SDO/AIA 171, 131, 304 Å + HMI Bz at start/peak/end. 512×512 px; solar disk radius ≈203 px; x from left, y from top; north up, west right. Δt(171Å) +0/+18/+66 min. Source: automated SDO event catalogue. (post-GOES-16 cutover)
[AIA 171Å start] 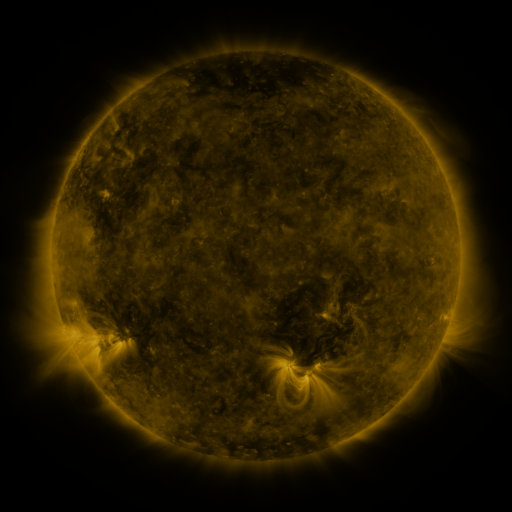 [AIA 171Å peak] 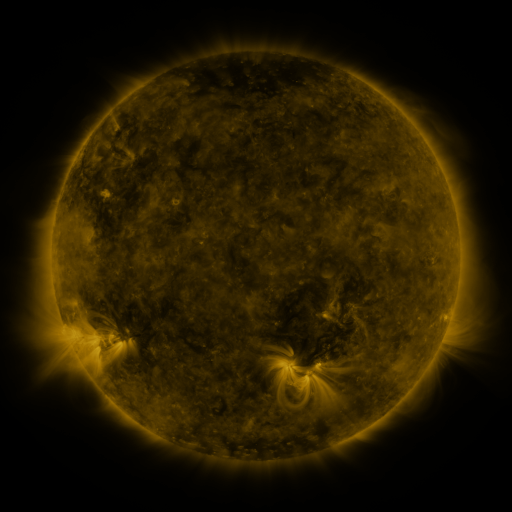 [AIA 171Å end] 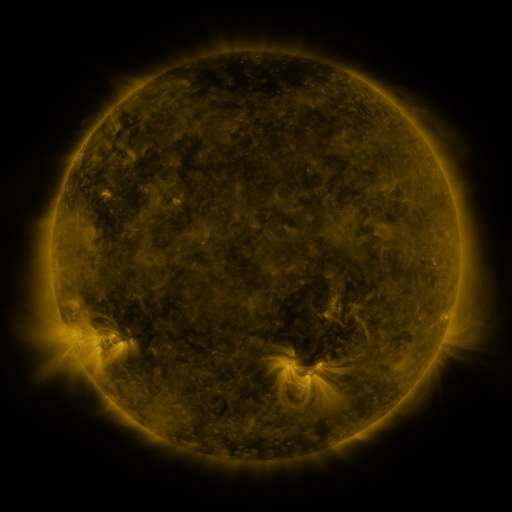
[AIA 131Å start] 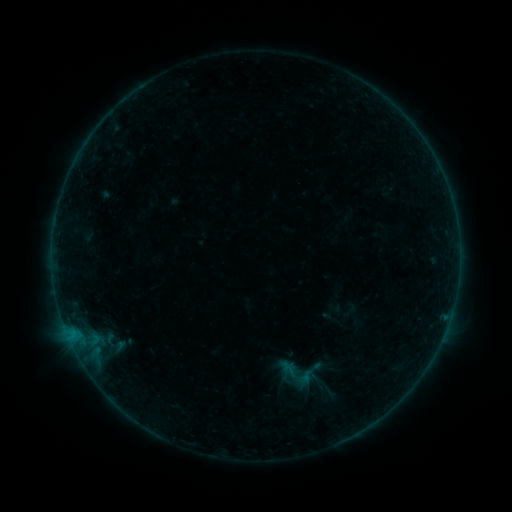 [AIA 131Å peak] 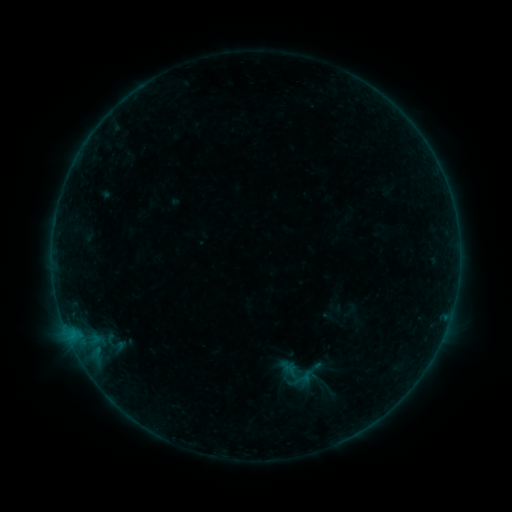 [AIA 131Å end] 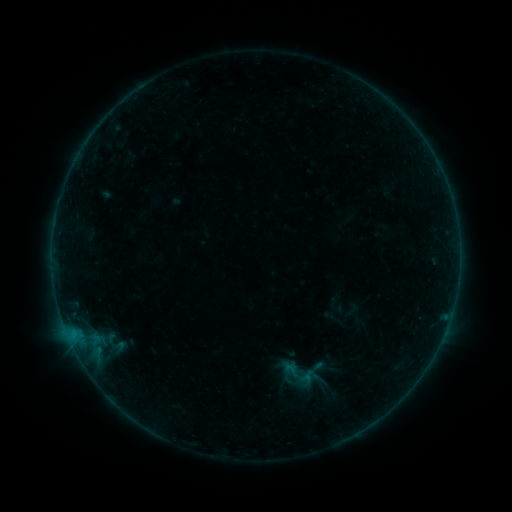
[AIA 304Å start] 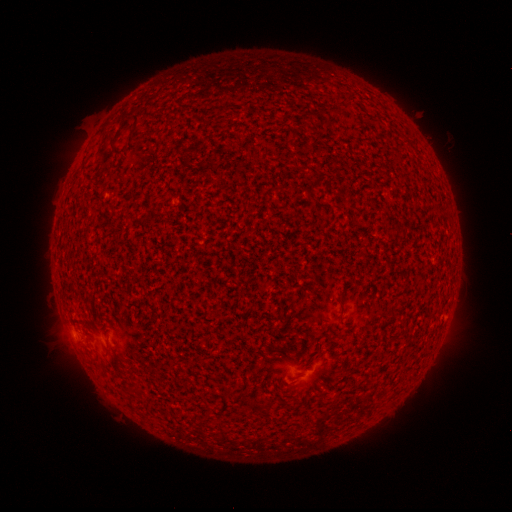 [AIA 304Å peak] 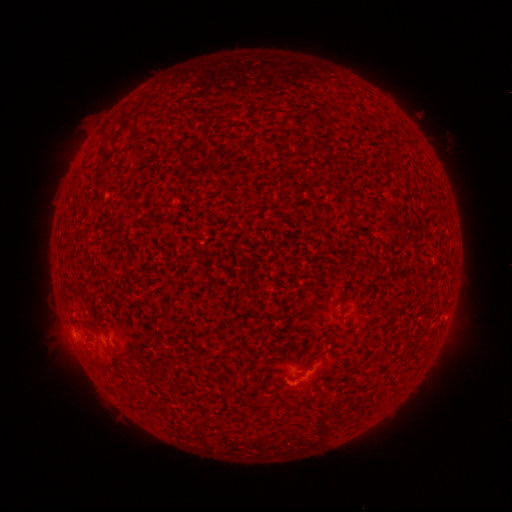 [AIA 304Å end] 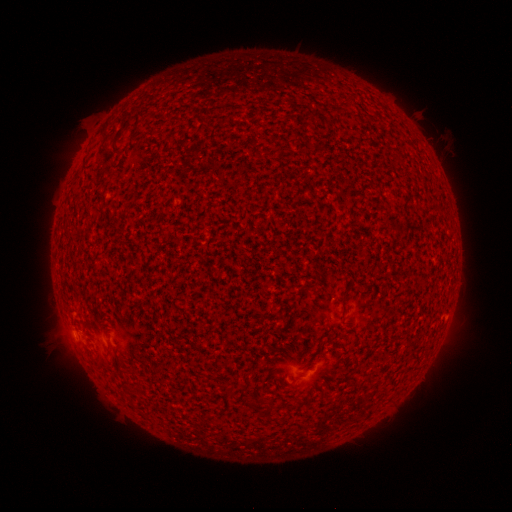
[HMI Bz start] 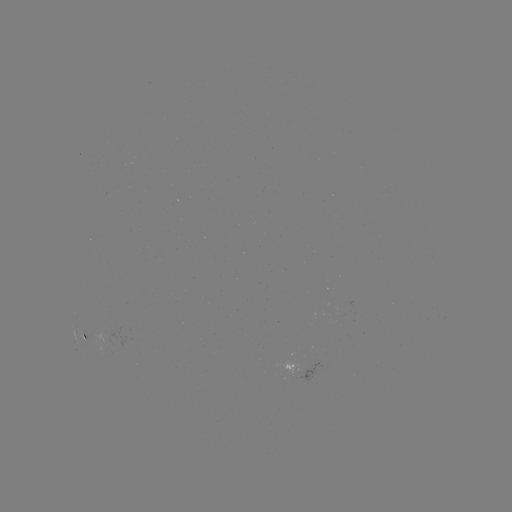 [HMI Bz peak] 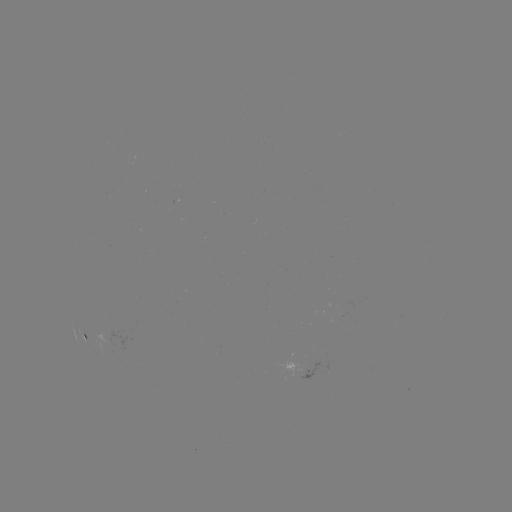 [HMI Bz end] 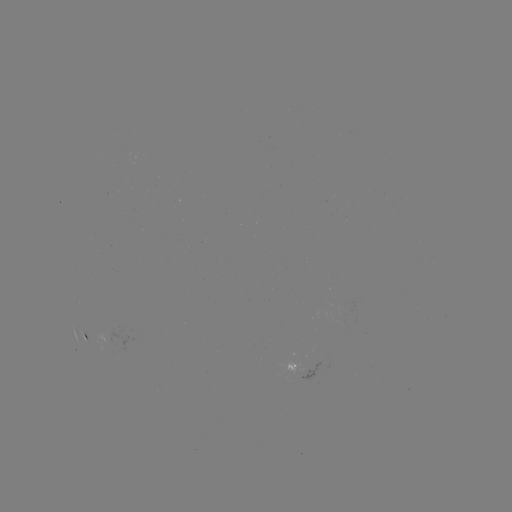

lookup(A6.3 flare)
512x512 [287, 382]